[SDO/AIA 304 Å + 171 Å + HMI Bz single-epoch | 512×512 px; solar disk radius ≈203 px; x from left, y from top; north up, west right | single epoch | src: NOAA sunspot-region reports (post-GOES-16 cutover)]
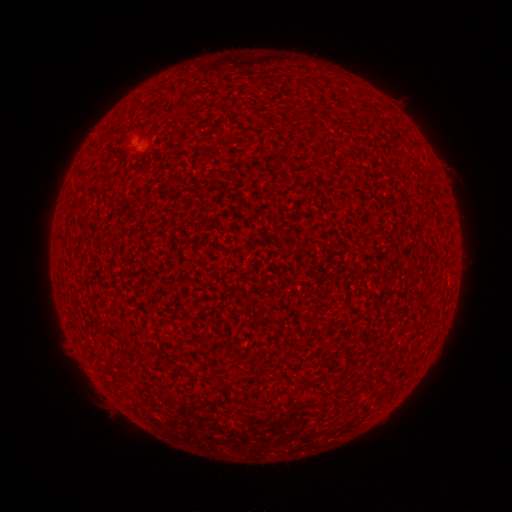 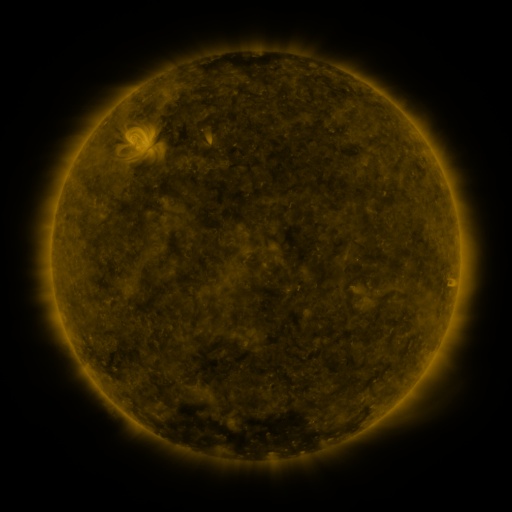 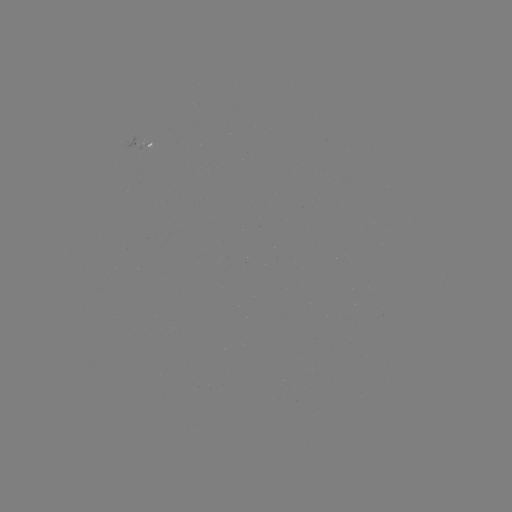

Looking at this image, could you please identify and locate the spotted active region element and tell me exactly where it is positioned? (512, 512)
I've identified spotted active region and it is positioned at [145, 144].